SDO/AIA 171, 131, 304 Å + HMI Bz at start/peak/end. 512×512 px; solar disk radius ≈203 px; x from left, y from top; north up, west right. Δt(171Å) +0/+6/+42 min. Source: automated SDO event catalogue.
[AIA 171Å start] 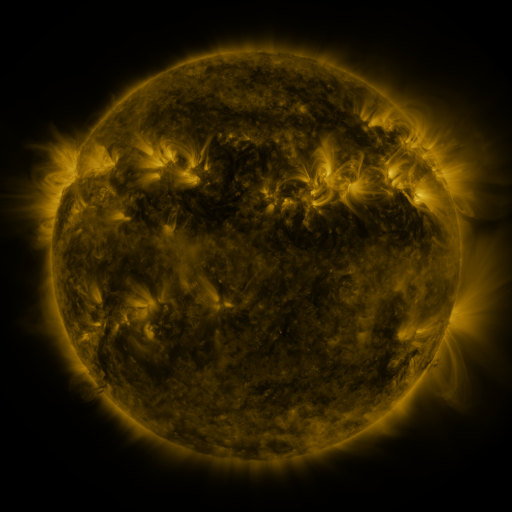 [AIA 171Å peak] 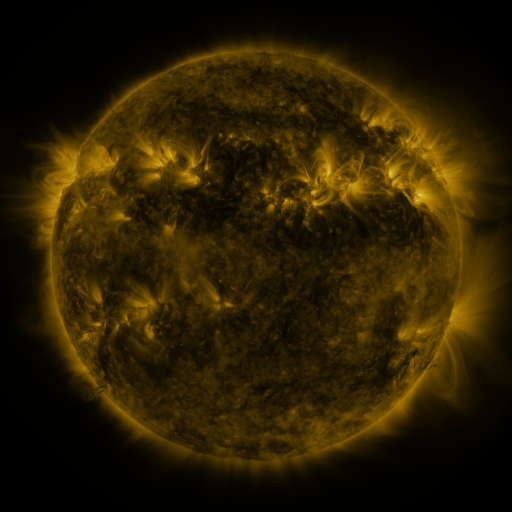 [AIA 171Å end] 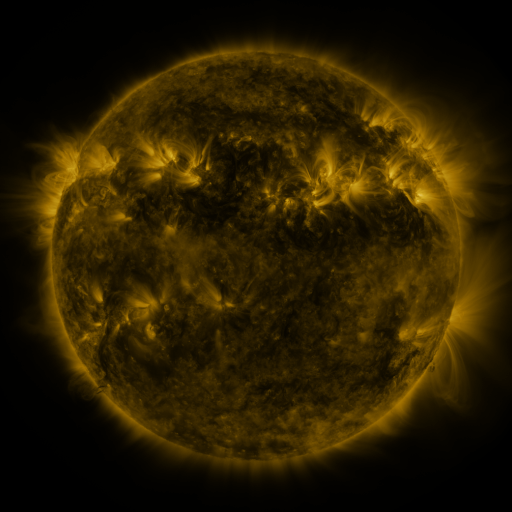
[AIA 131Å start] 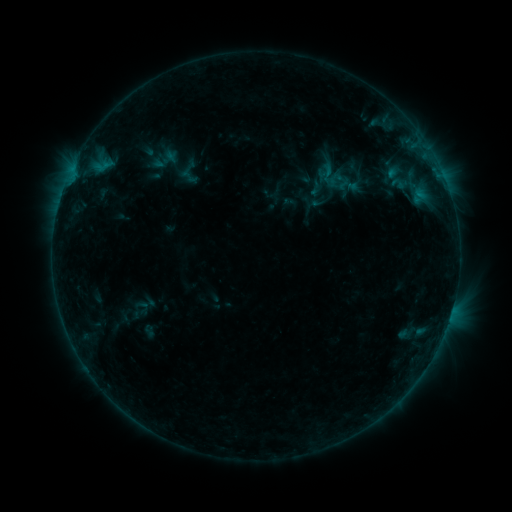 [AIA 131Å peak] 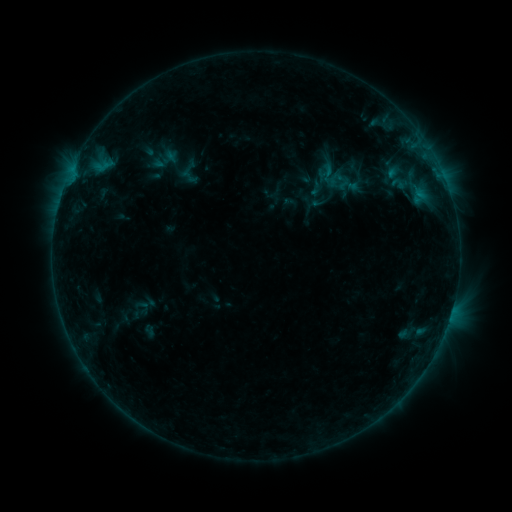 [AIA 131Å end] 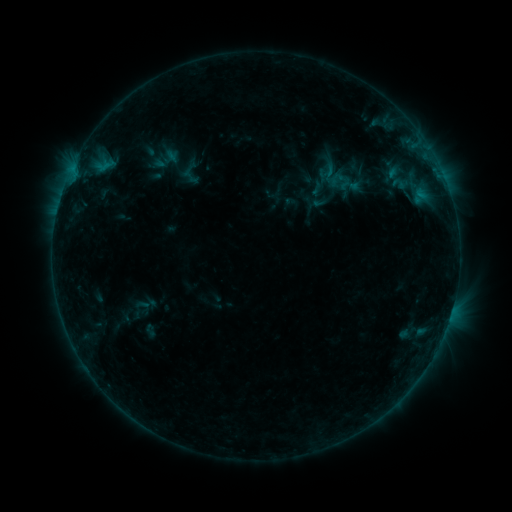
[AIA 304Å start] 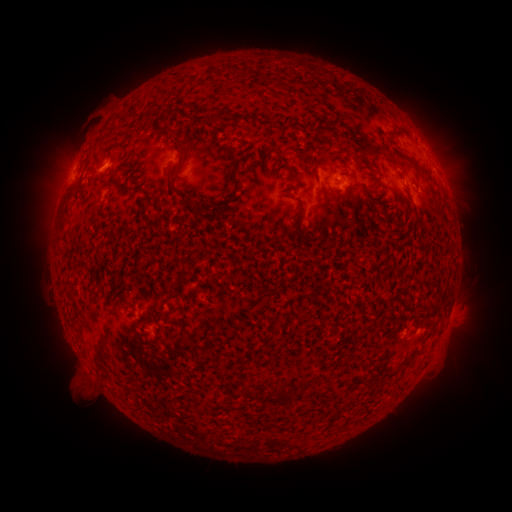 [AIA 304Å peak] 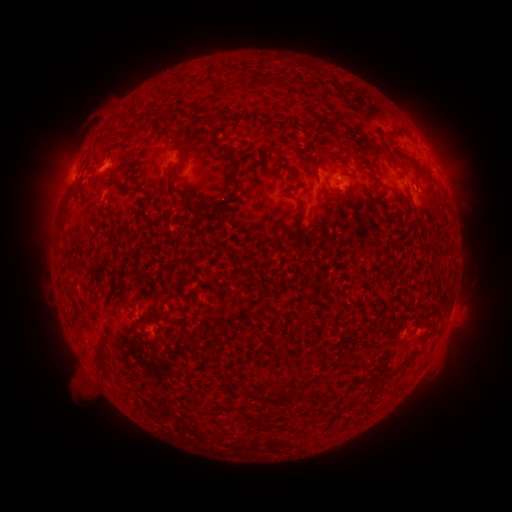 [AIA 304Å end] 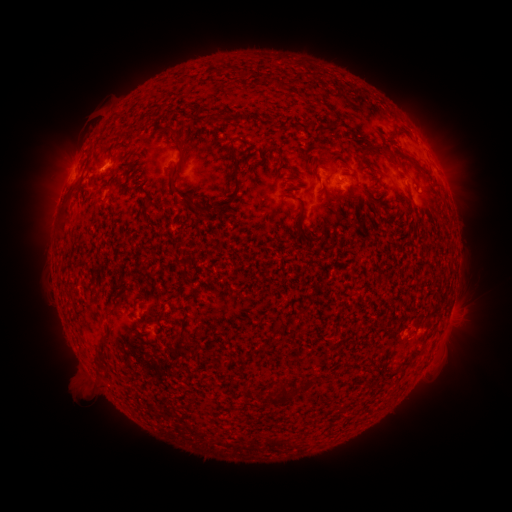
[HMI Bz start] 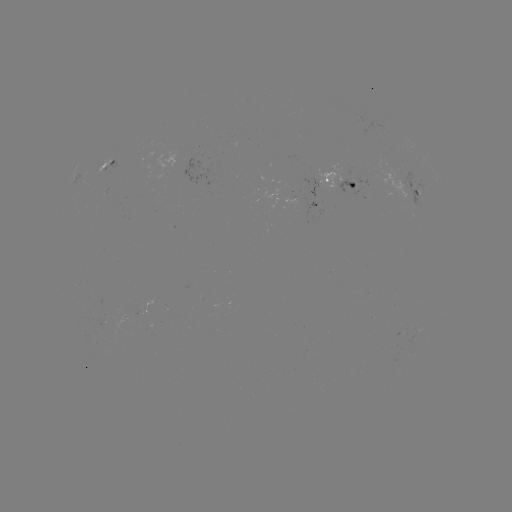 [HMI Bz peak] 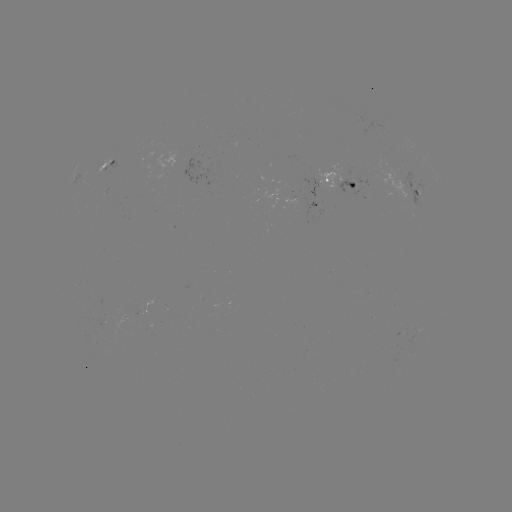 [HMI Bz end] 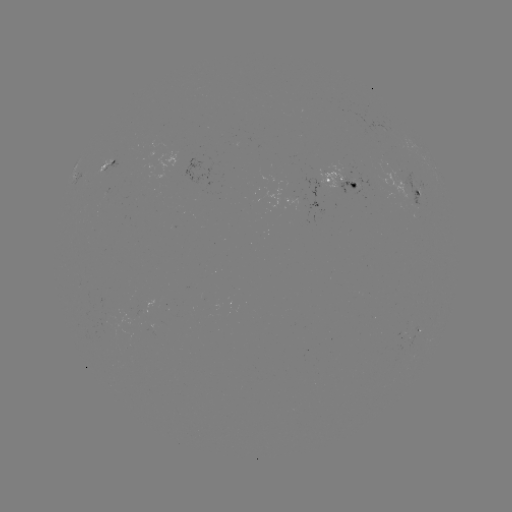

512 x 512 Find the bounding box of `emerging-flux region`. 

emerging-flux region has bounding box [303, 178, 323, 198].